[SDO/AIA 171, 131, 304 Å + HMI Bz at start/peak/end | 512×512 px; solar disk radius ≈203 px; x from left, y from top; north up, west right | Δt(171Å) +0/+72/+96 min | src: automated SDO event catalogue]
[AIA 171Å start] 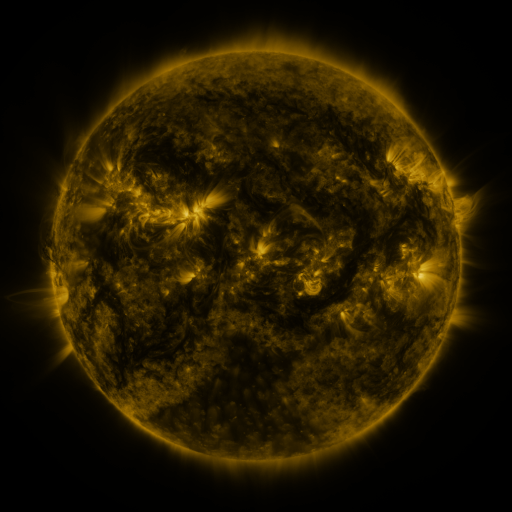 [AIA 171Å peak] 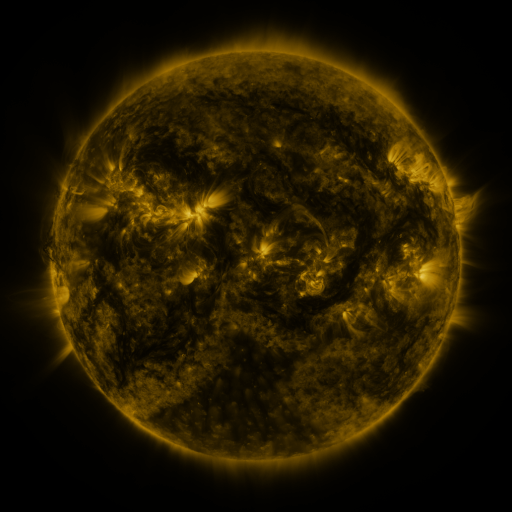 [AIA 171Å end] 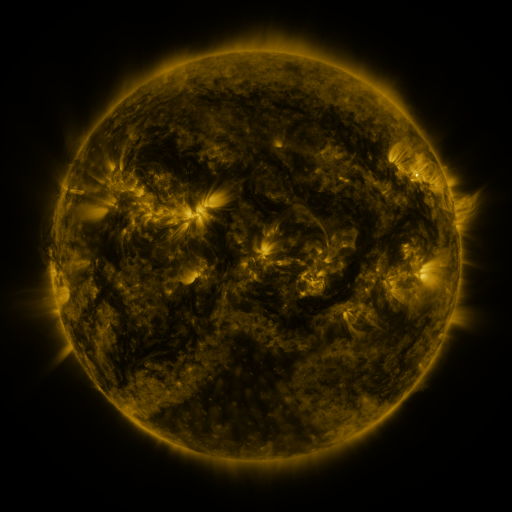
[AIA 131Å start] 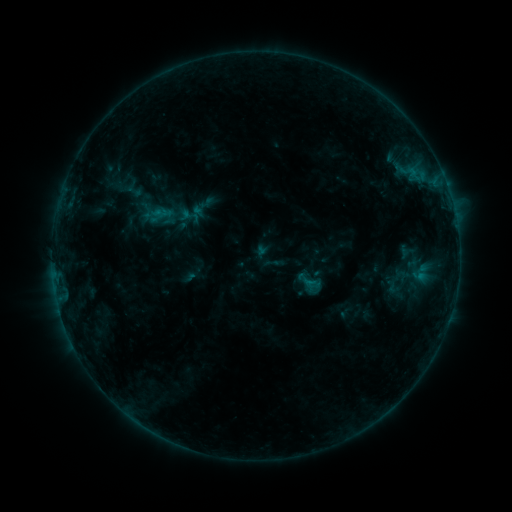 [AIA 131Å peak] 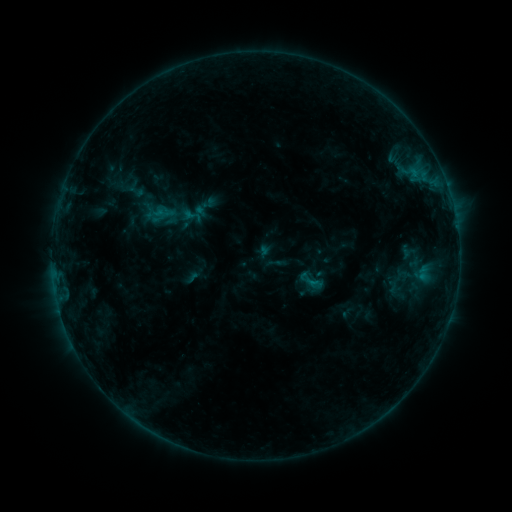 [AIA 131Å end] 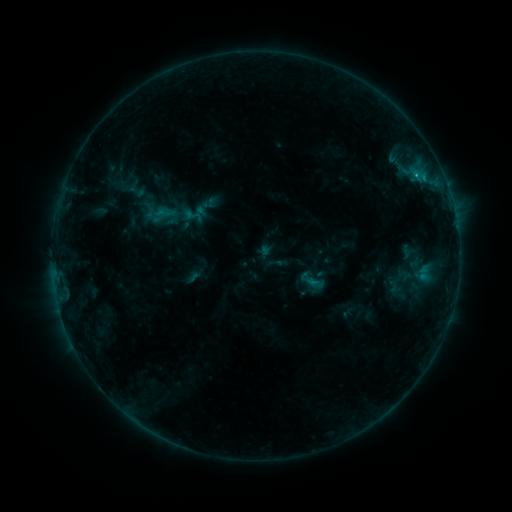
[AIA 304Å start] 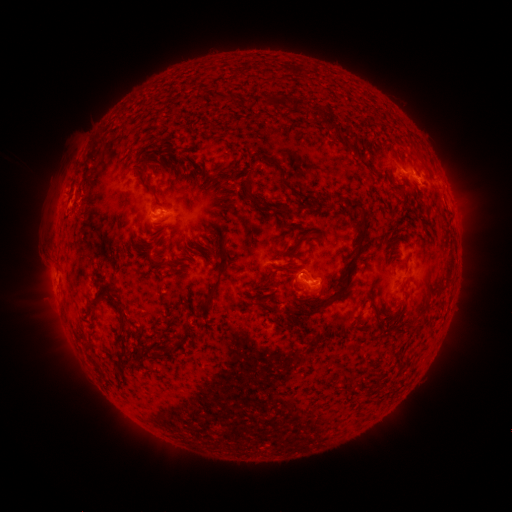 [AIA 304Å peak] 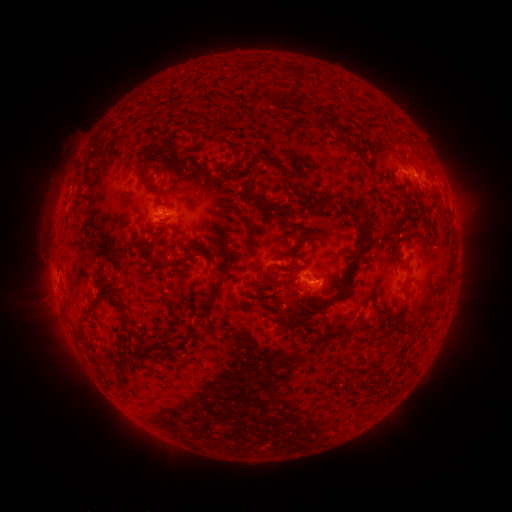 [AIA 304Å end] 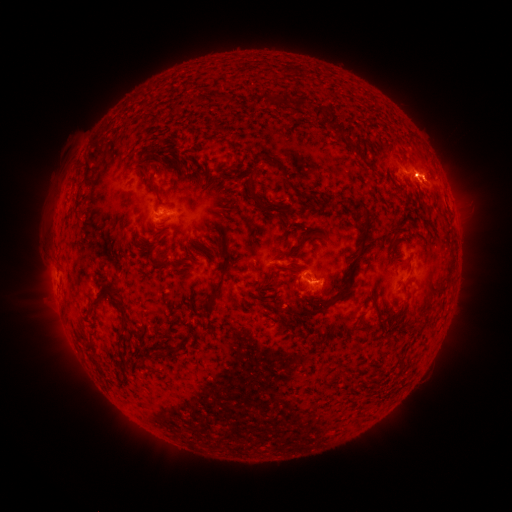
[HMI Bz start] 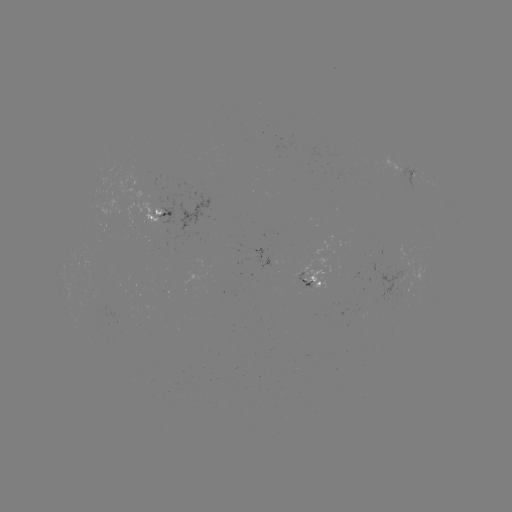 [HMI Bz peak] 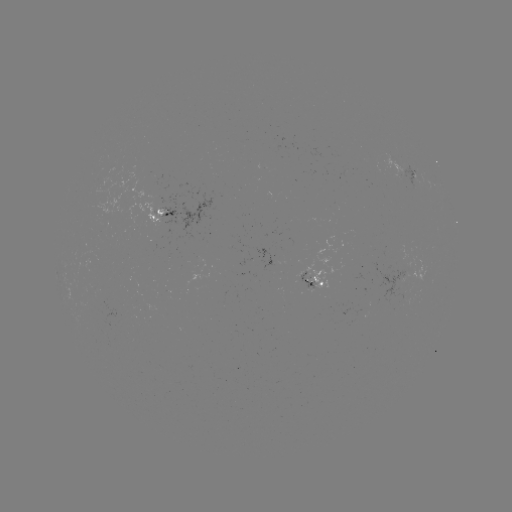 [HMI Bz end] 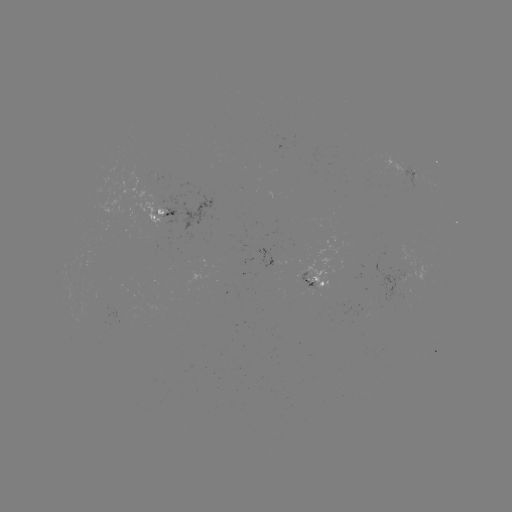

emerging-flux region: <bbox>254, 248, 274, 268</bbox>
